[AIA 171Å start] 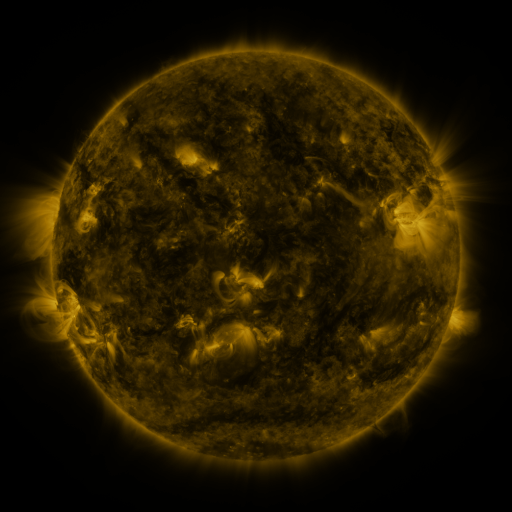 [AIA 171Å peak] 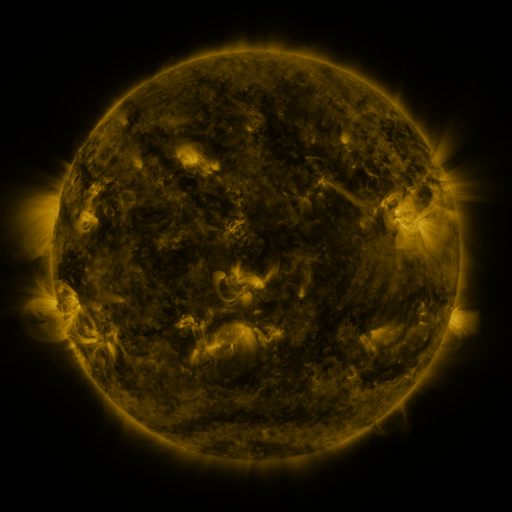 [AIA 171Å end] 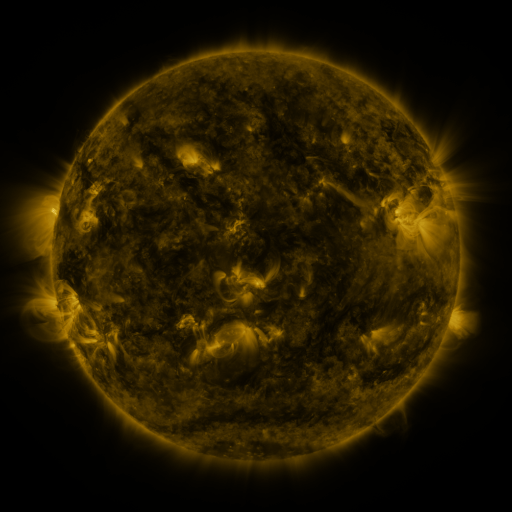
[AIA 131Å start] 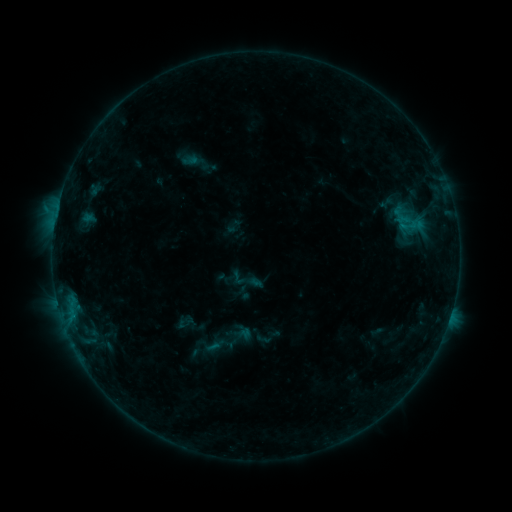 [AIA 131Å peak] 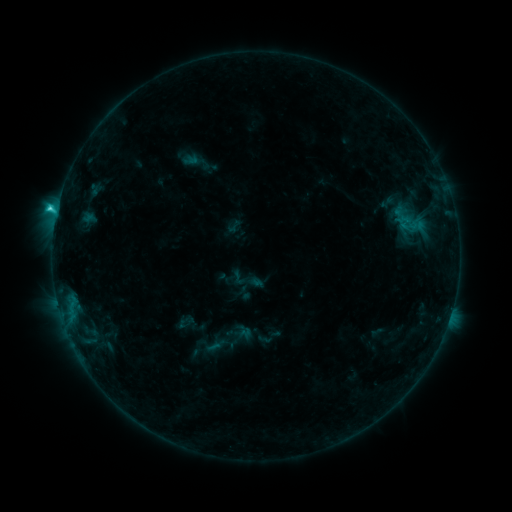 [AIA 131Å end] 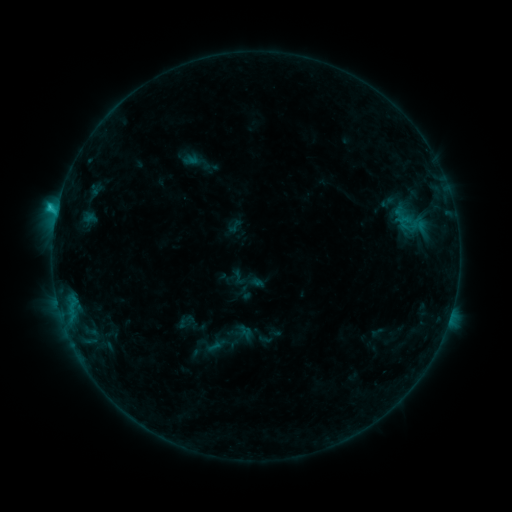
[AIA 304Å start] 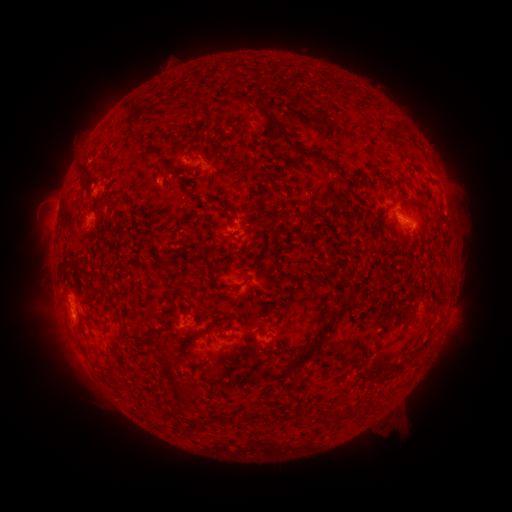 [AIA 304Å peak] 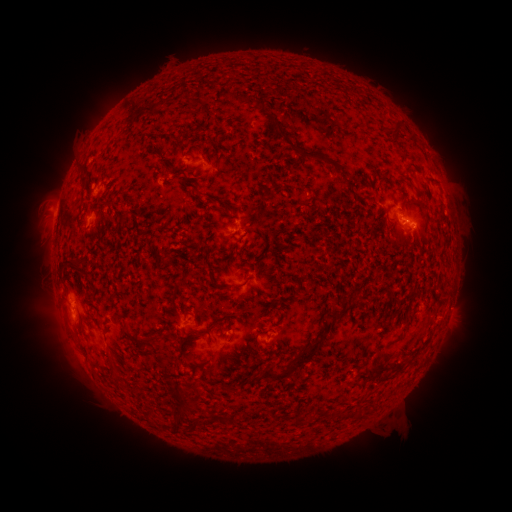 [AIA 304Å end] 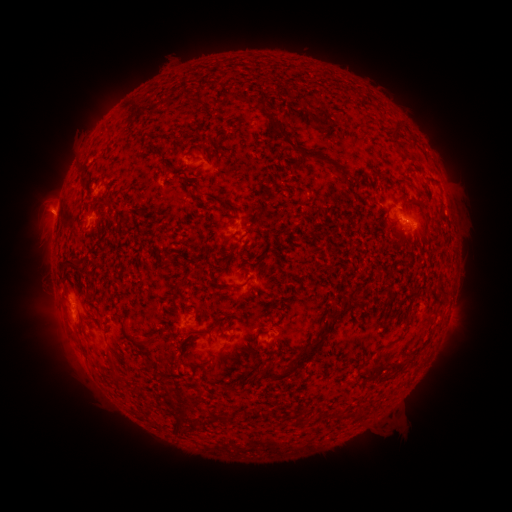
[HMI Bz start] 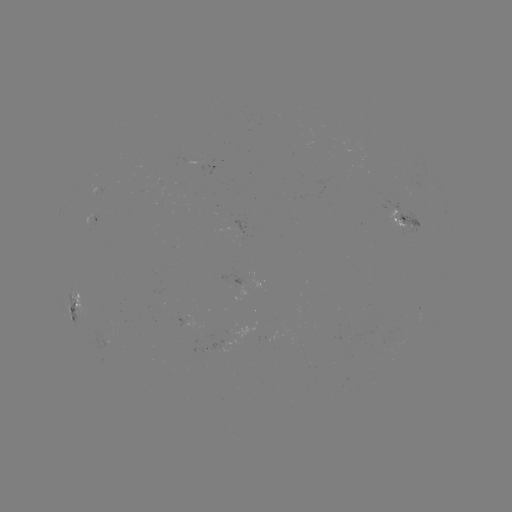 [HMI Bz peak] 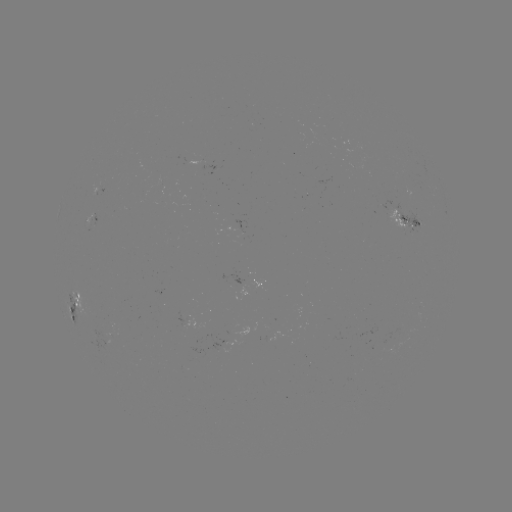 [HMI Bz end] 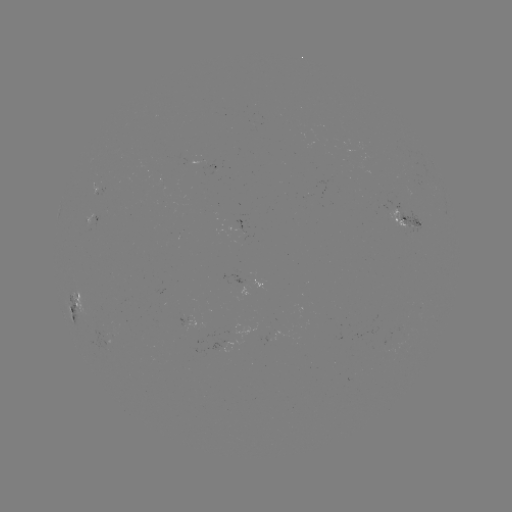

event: flare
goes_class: C1.8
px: (57, 213)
